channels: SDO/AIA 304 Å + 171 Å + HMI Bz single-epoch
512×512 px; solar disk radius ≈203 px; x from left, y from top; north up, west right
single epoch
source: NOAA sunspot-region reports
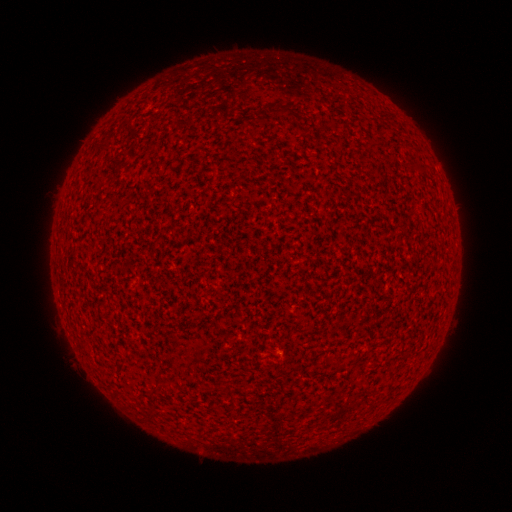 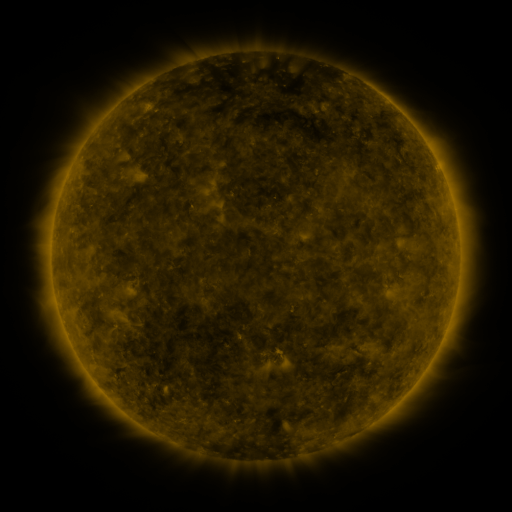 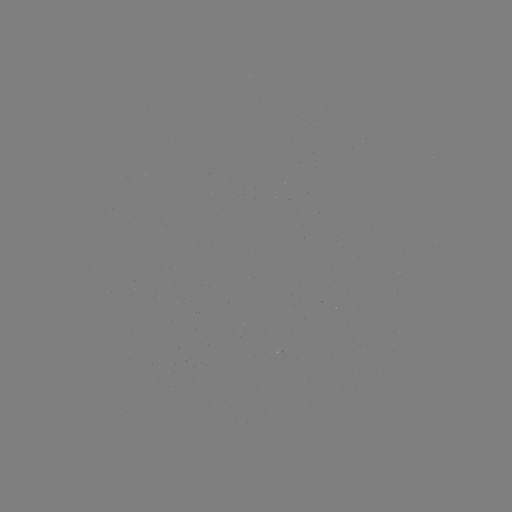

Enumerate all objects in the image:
(none)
